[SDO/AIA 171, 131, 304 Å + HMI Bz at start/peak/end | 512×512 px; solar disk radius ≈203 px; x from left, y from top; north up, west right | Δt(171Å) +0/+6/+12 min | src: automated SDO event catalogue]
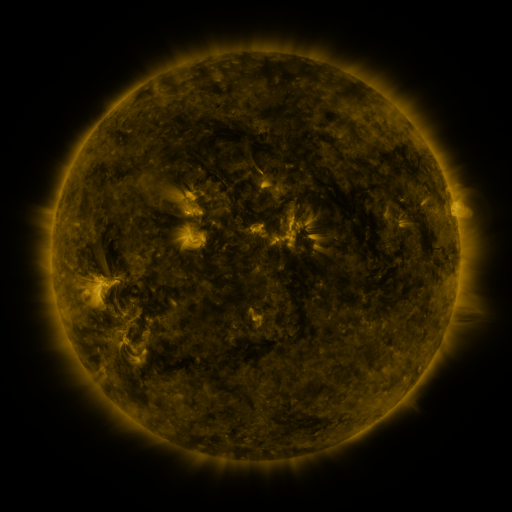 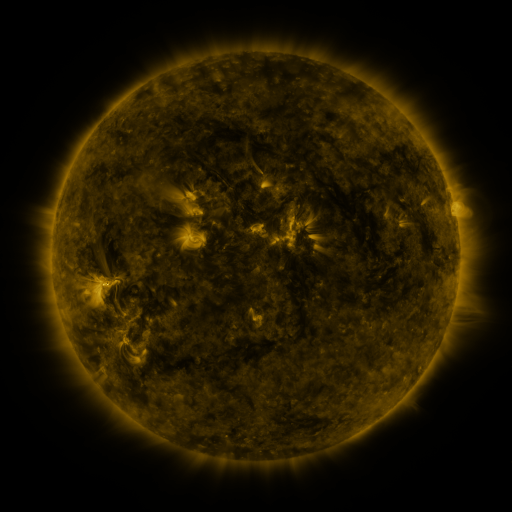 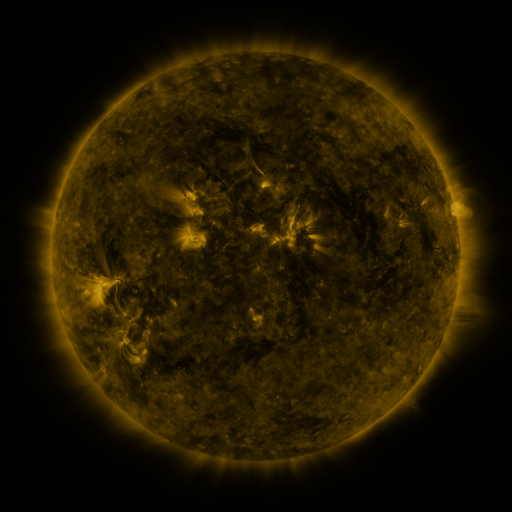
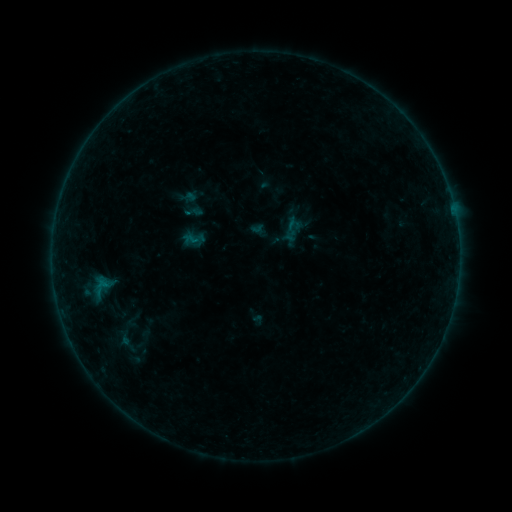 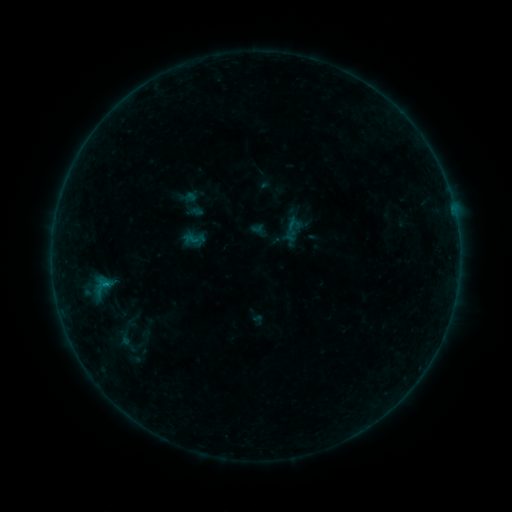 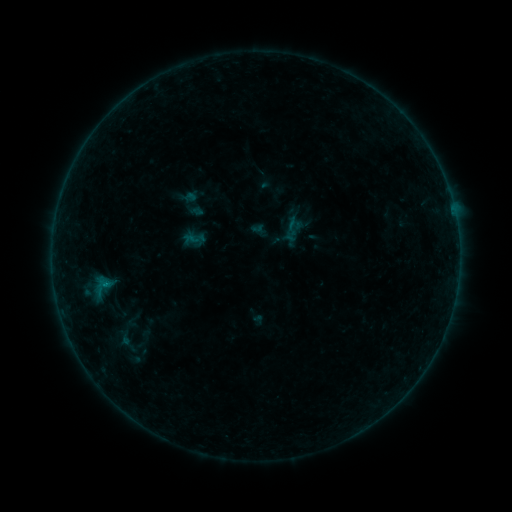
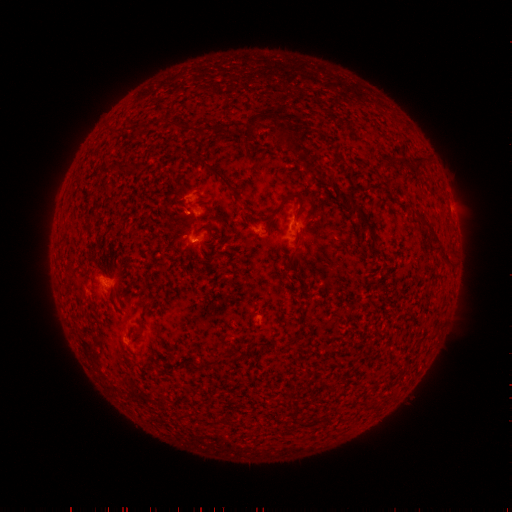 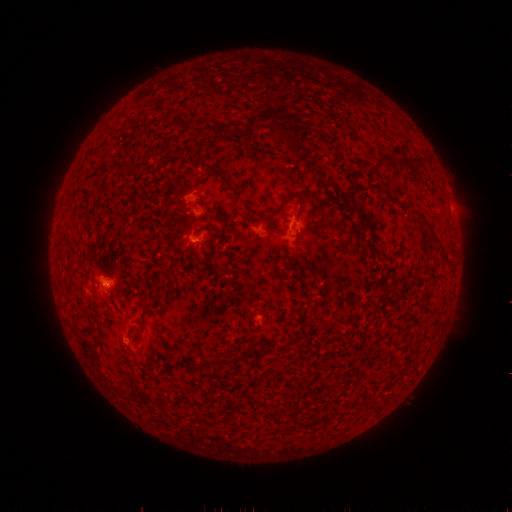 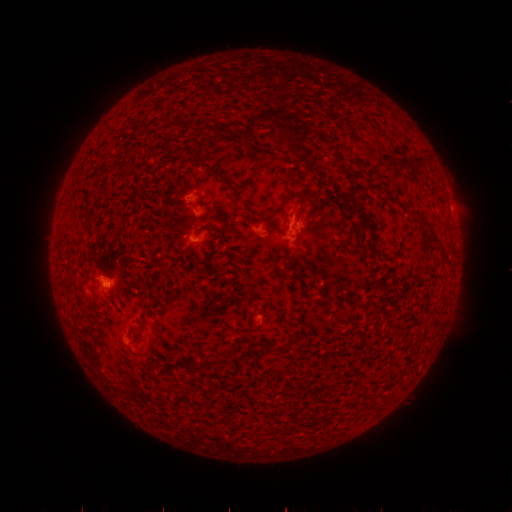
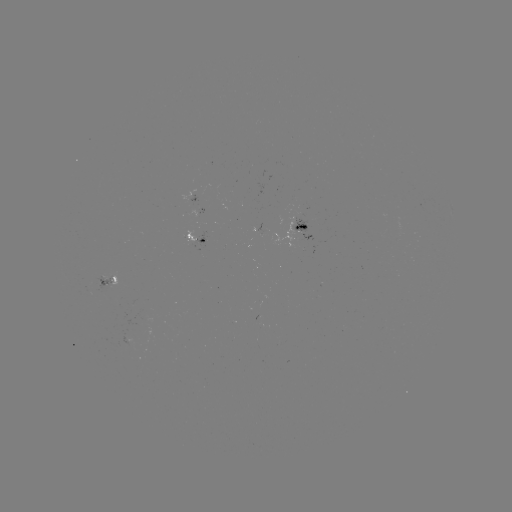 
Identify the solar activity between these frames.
B2.4 flare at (108, 283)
